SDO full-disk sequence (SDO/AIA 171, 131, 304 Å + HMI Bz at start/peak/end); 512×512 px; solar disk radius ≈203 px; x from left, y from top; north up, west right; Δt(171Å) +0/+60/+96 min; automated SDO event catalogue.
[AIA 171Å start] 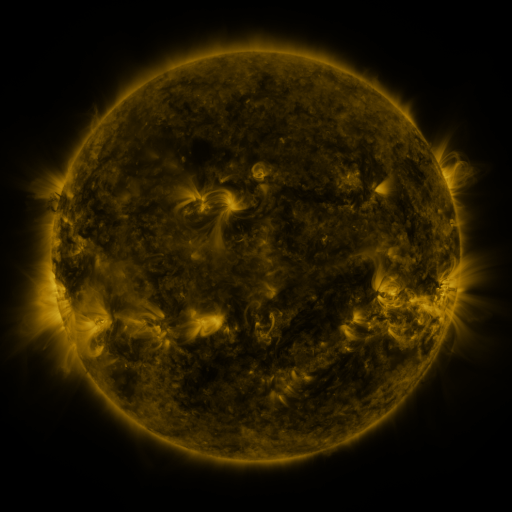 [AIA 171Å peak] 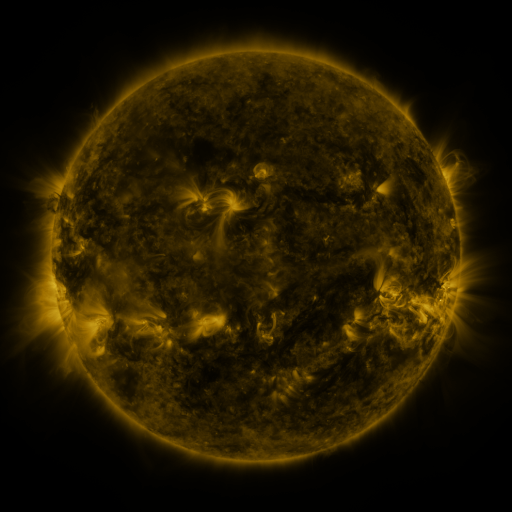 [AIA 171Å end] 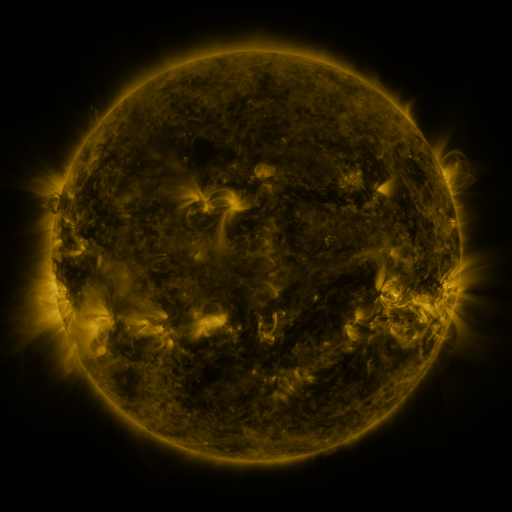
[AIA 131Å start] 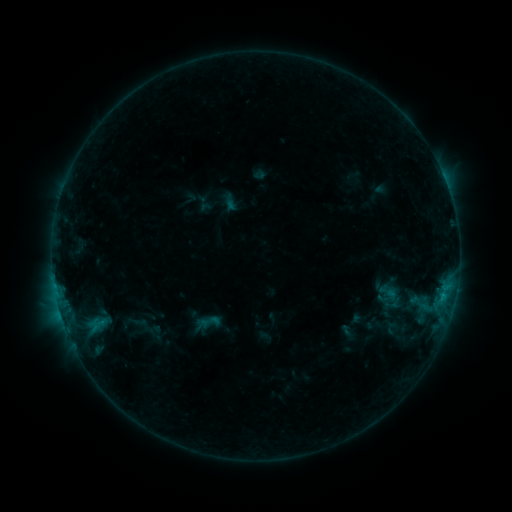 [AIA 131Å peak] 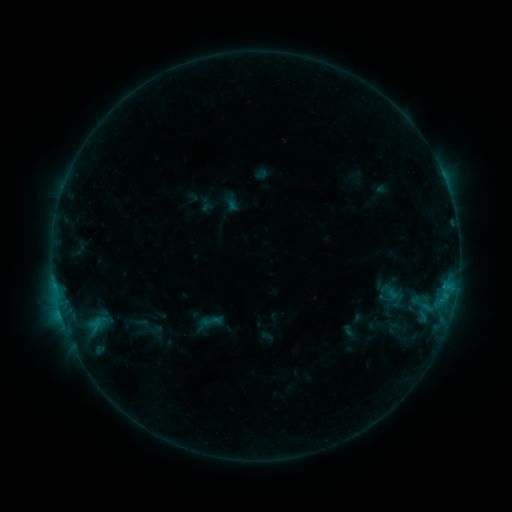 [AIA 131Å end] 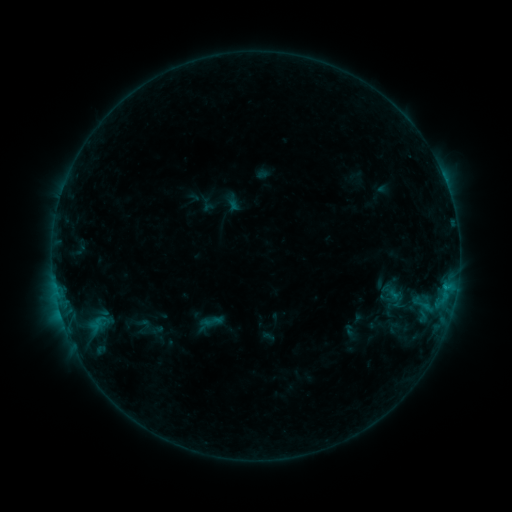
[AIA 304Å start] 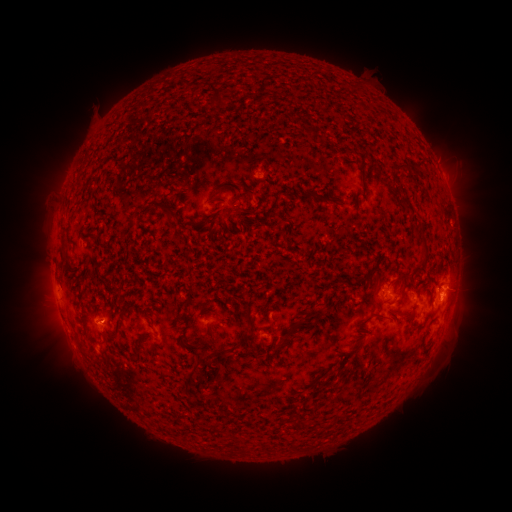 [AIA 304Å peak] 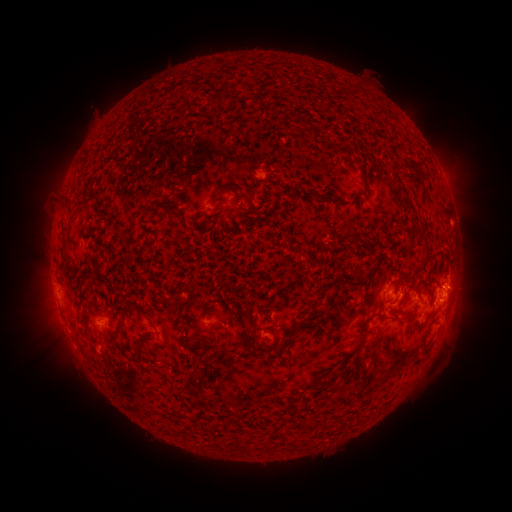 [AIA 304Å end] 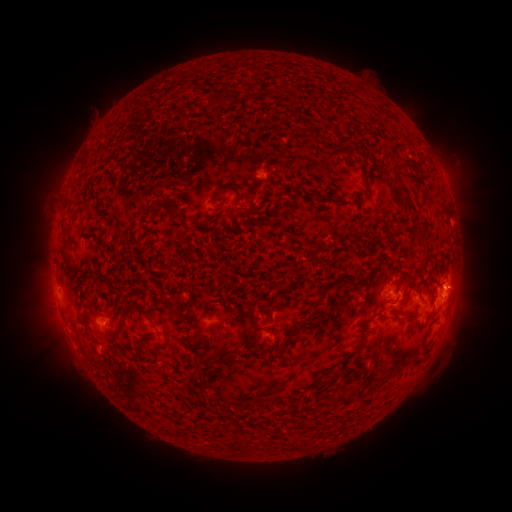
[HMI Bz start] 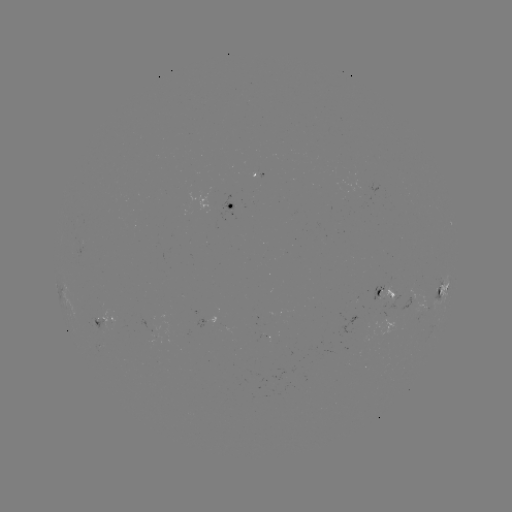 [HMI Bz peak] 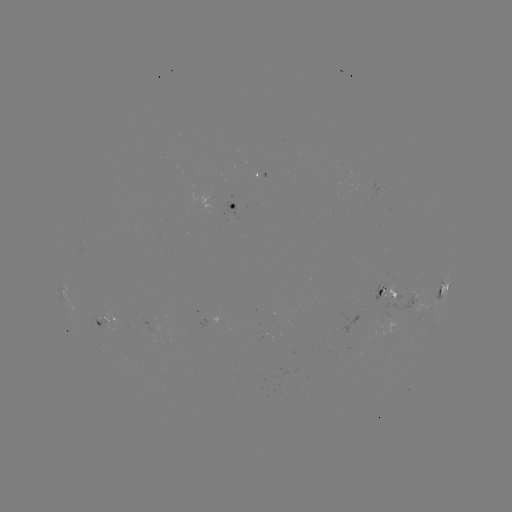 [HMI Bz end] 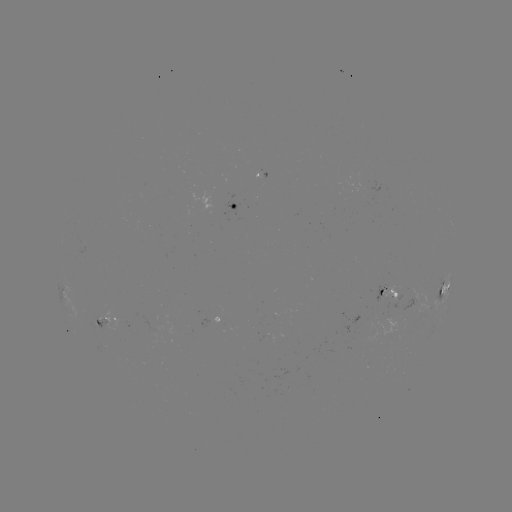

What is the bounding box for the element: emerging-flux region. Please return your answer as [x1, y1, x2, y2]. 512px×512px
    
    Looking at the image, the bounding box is [371, 304, 396, 332].